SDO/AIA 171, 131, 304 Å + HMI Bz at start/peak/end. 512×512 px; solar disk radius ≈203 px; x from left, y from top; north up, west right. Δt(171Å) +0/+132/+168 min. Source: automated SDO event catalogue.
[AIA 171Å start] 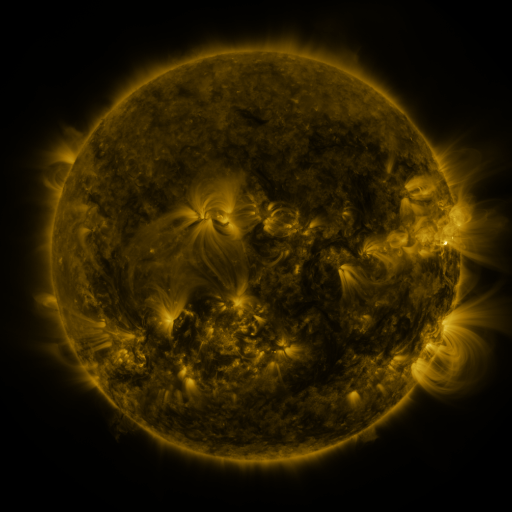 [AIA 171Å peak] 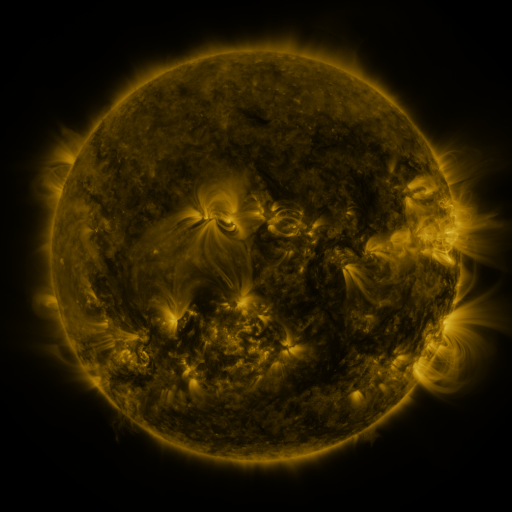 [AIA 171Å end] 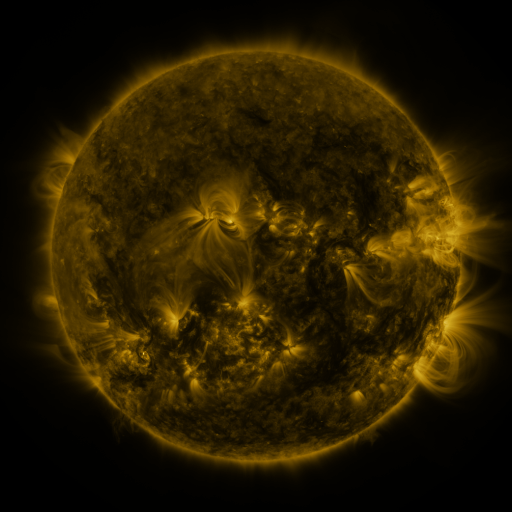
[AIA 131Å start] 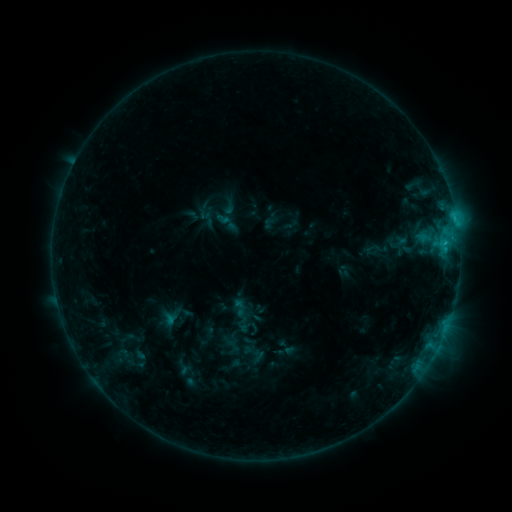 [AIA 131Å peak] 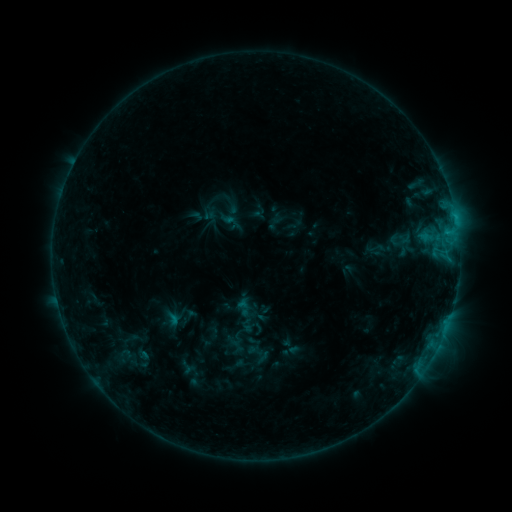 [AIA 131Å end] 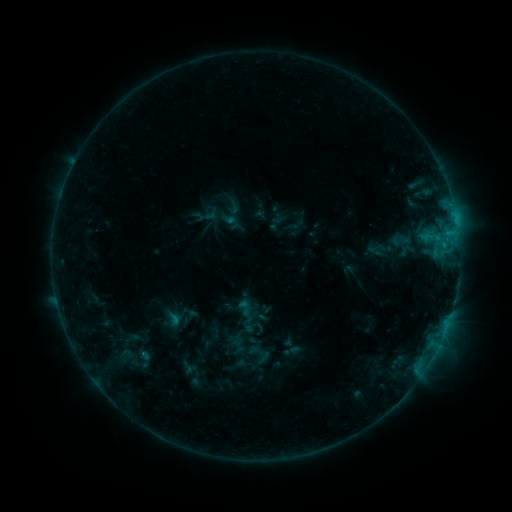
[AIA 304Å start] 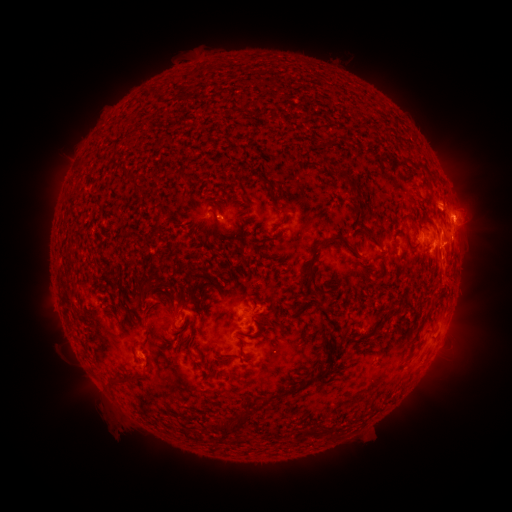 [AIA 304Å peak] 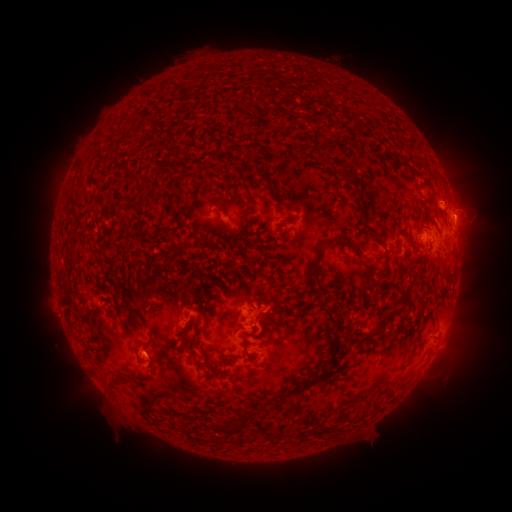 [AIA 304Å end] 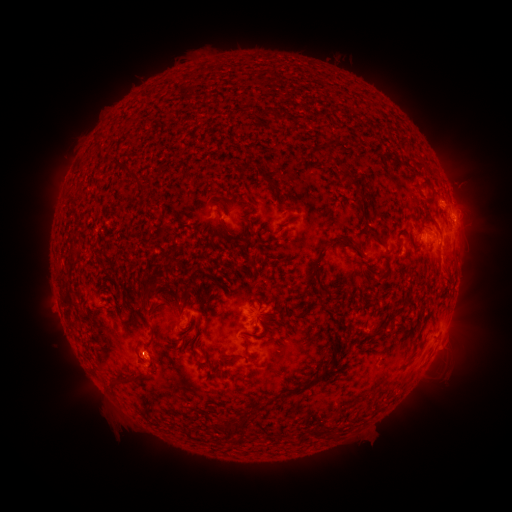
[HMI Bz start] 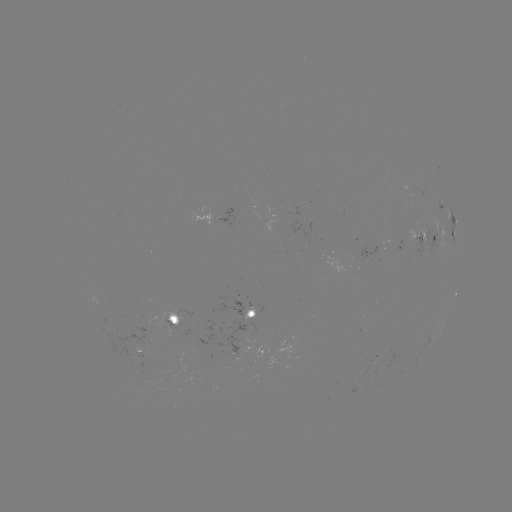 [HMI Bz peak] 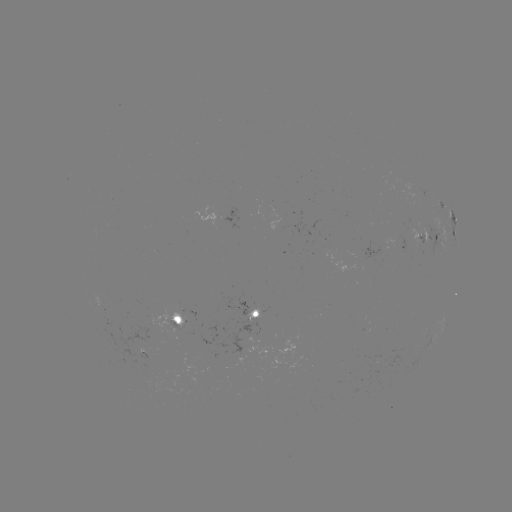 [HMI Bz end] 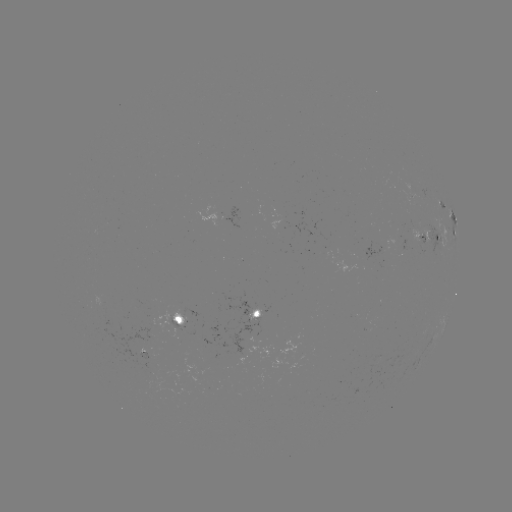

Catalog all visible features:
emerging-flux region: (399, 239)
